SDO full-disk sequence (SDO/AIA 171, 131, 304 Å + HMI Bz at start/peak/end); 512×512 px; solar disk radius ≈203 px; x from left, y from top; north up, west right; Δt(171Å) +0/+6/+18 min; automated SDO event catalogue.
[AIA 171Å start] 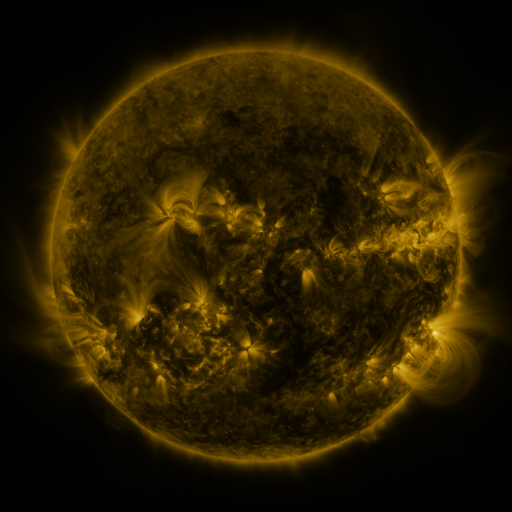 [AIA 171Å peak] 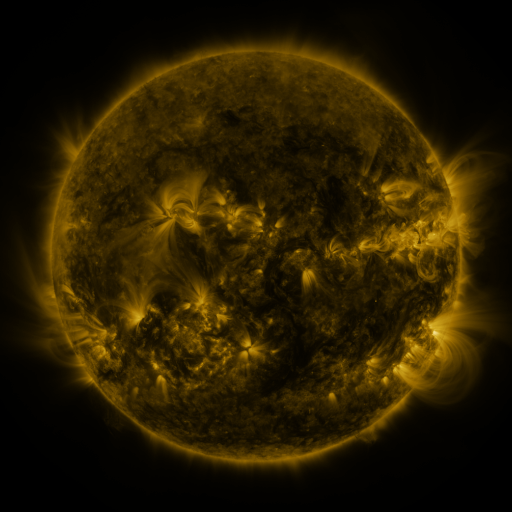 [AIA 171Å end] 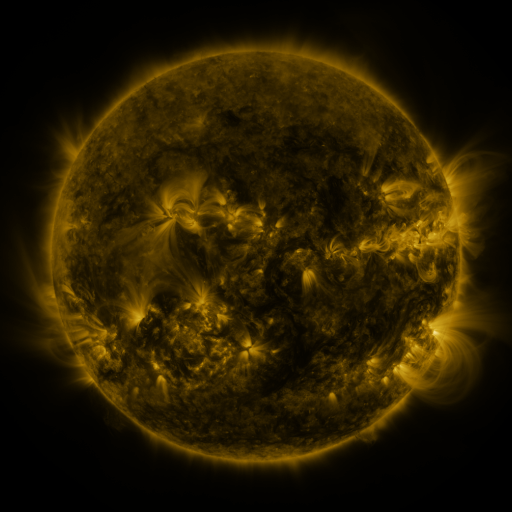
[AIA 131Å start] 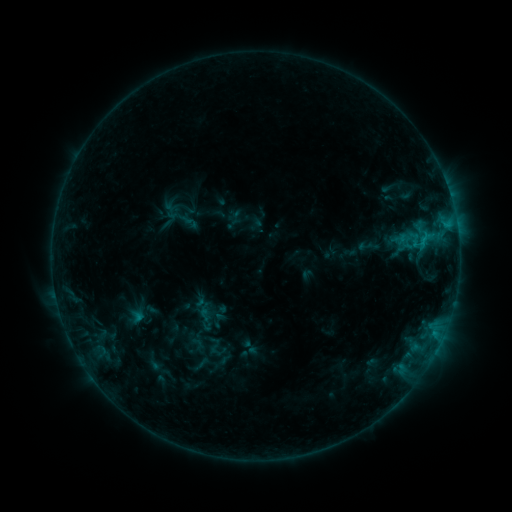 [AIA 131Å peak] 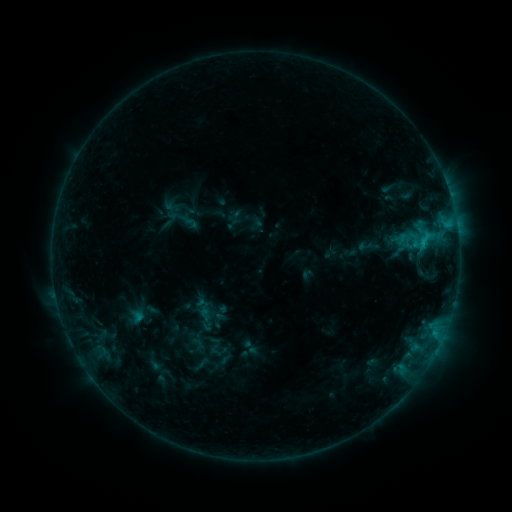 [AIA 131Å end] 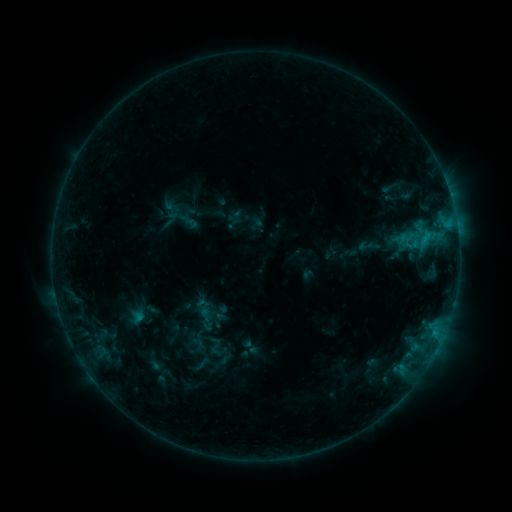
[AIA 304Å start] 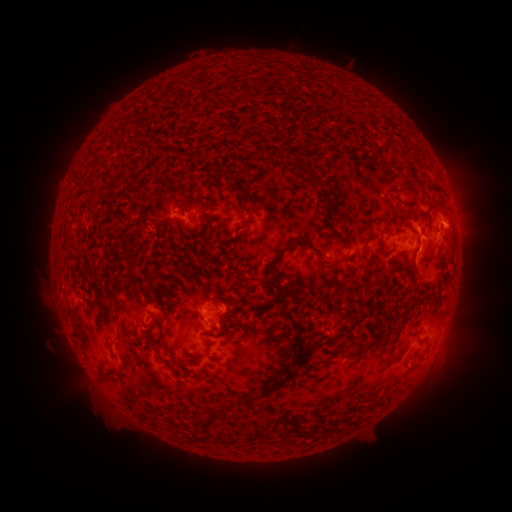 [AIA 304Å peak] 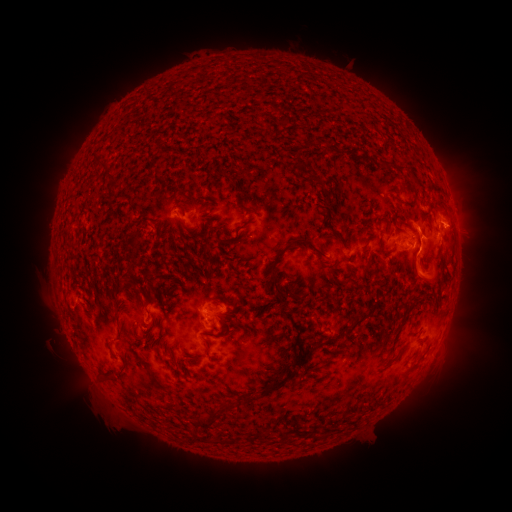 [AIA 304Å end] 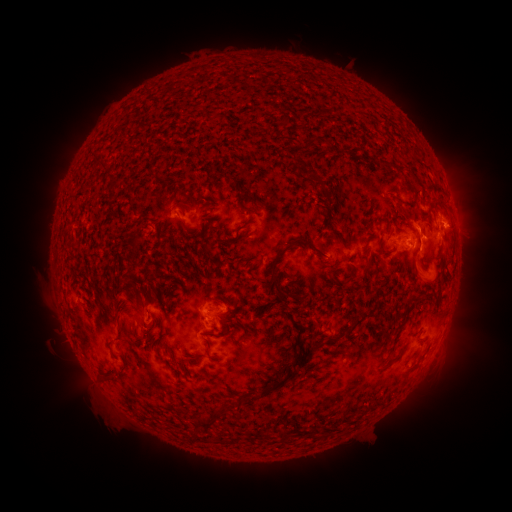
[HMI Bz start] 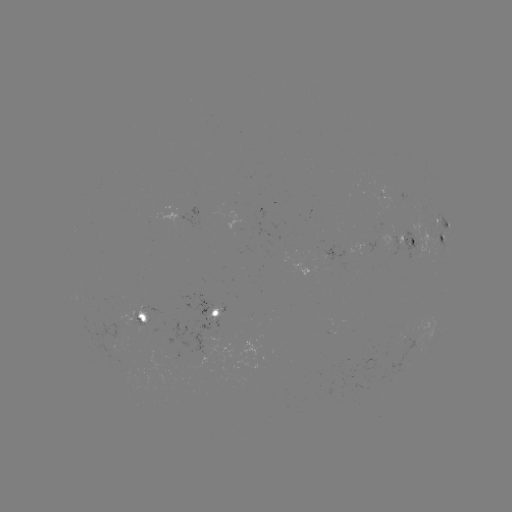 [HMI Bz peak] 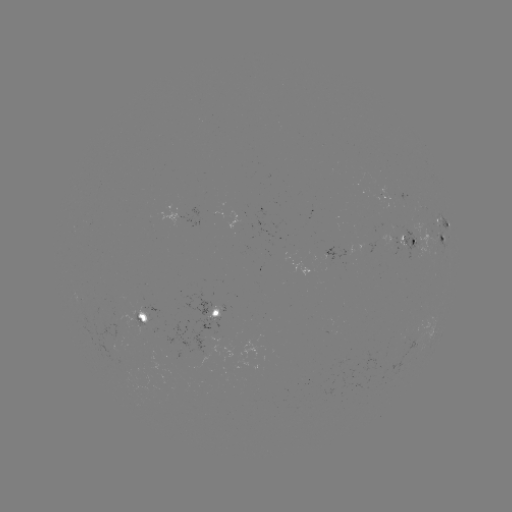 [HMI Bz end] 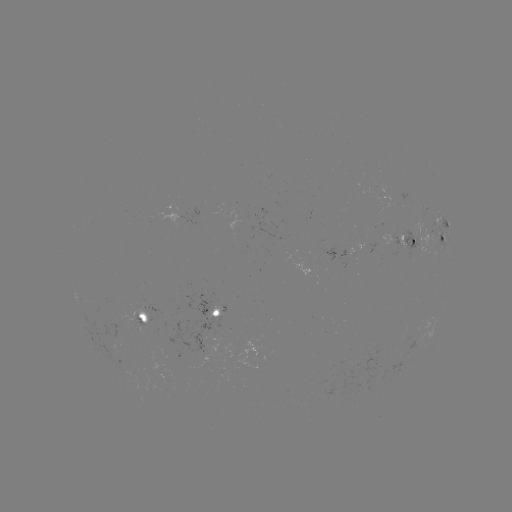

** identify eruption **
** [421, 268] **